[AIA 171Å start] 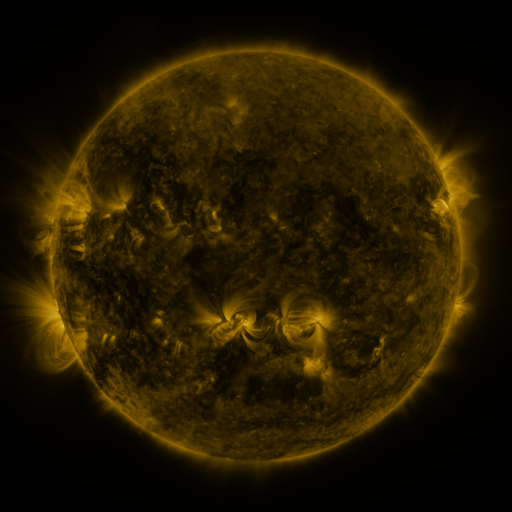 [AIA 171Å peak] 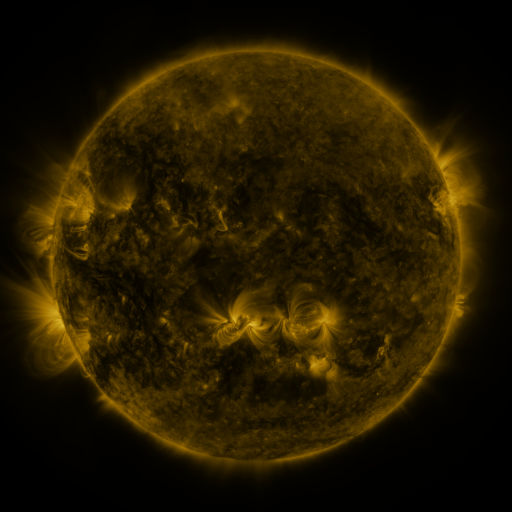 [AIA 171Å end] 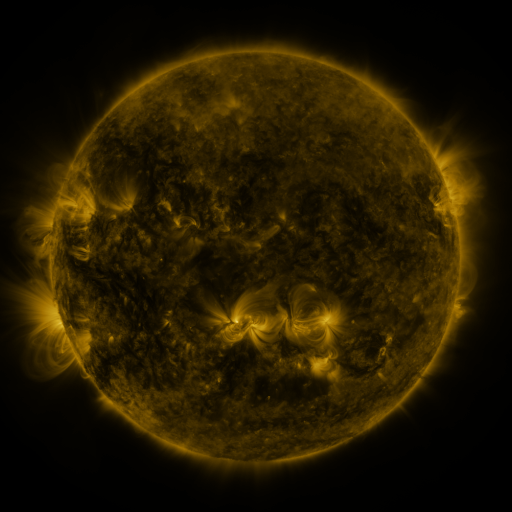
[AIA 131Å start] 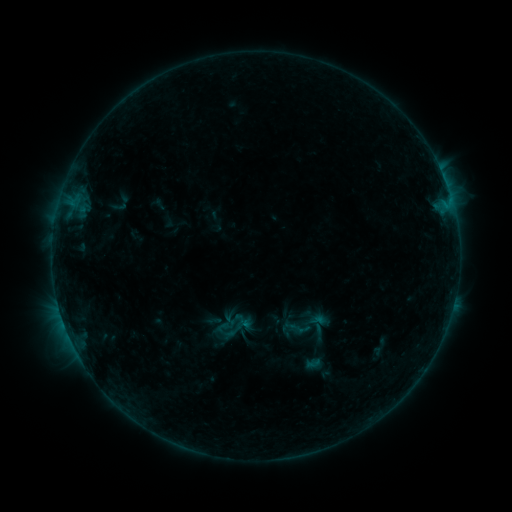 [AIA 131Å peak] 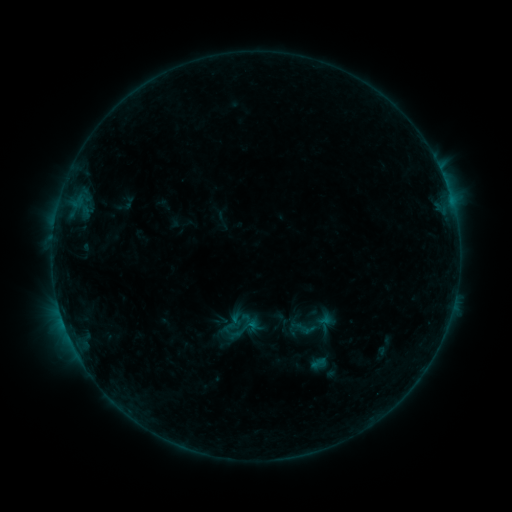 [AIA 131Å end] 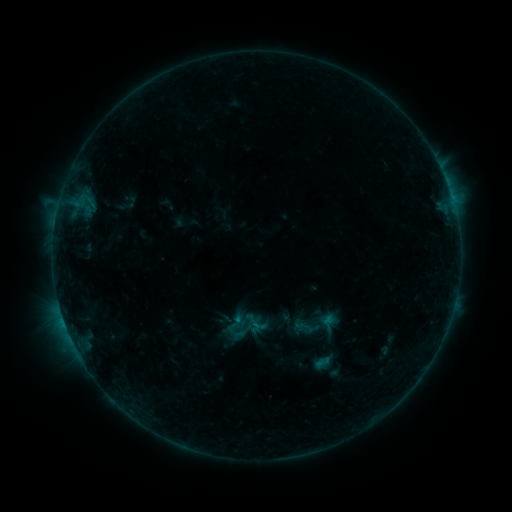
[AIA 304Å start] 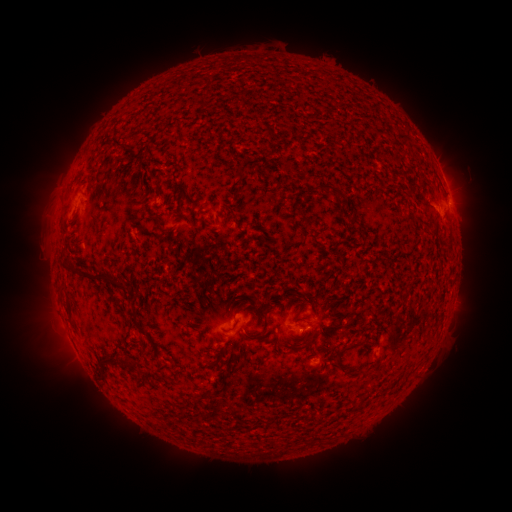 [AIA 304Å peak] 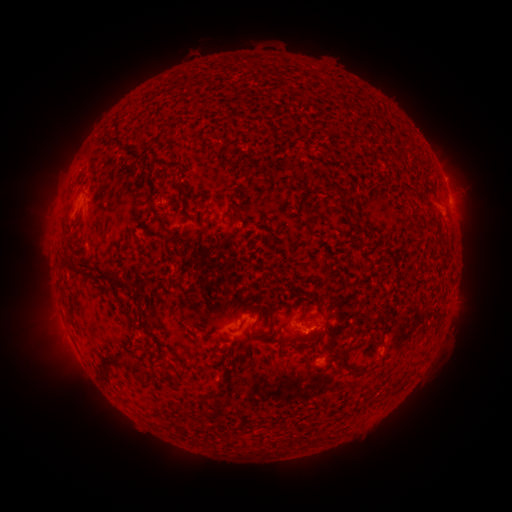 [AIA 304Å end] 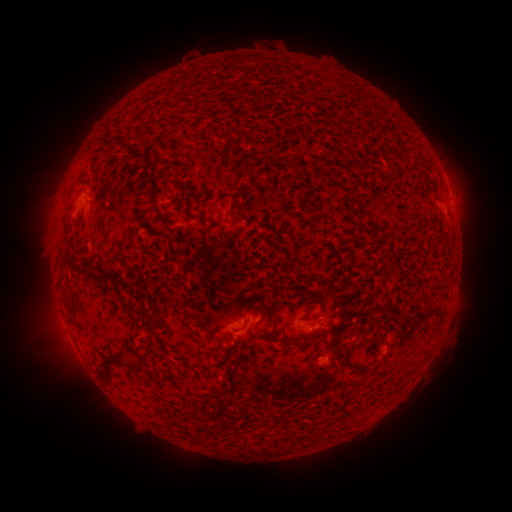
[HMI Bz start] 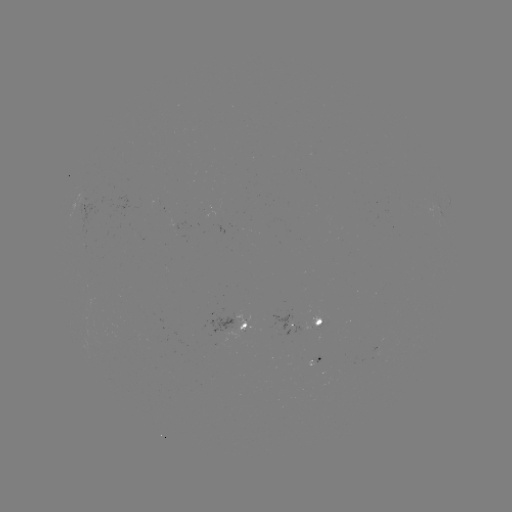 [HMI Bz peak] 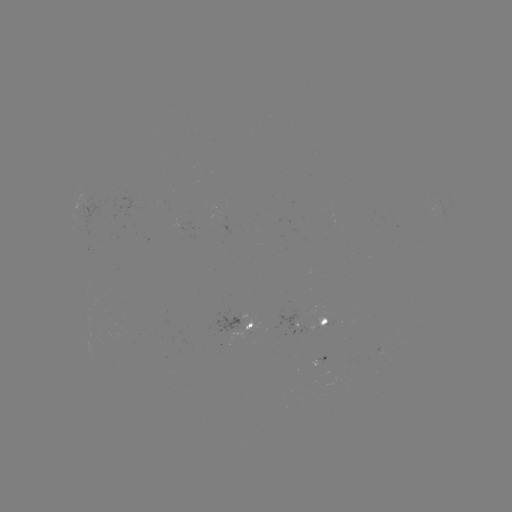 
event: emerging-flux region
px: (324, 325)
